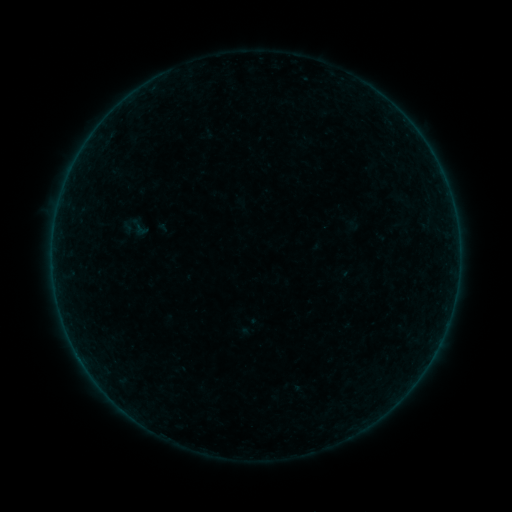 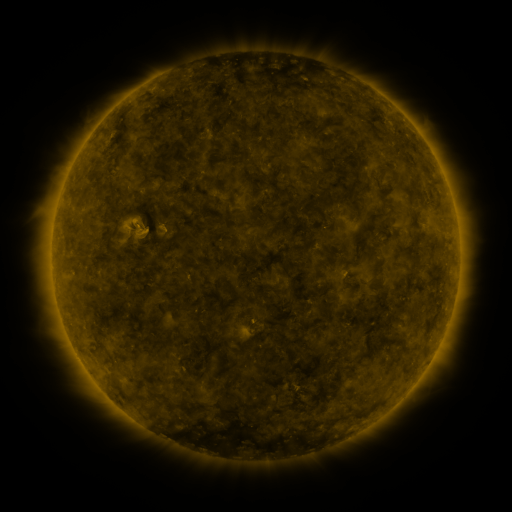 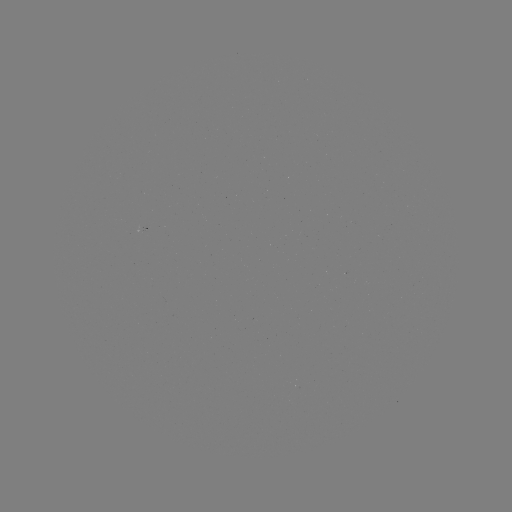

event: sigmoid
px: (139, 227)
